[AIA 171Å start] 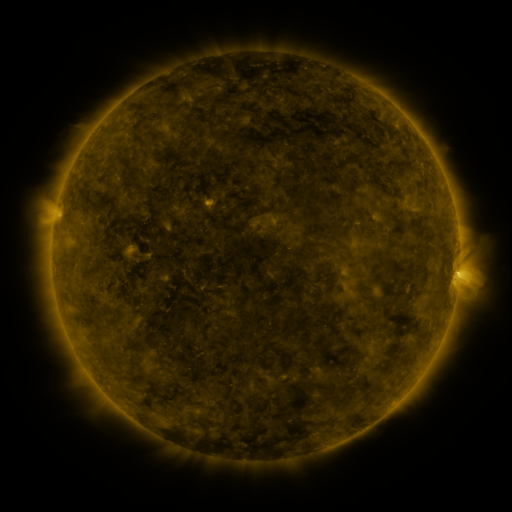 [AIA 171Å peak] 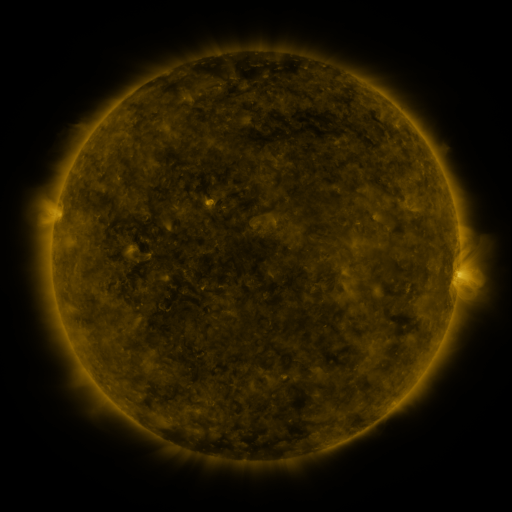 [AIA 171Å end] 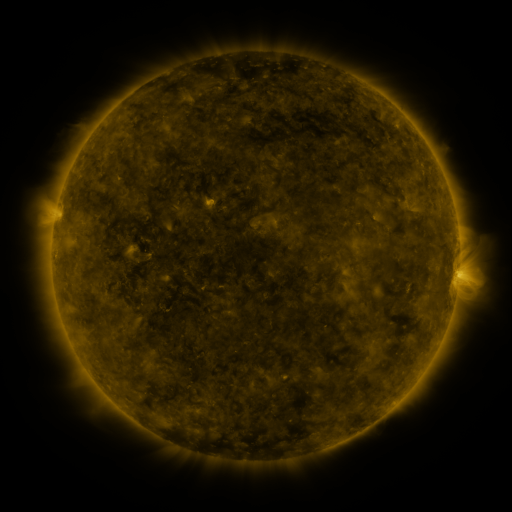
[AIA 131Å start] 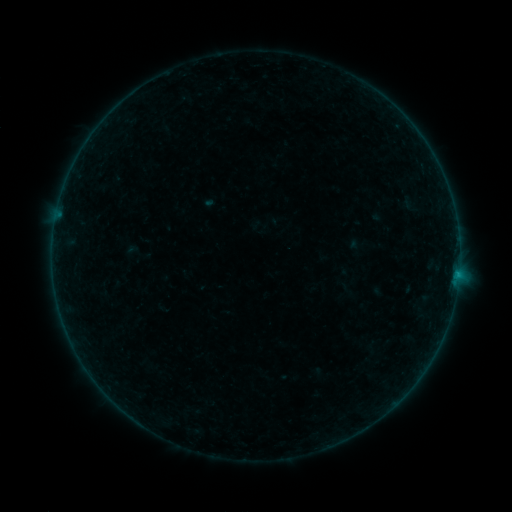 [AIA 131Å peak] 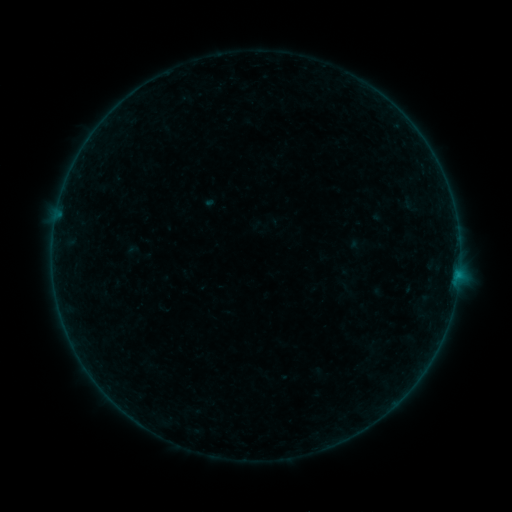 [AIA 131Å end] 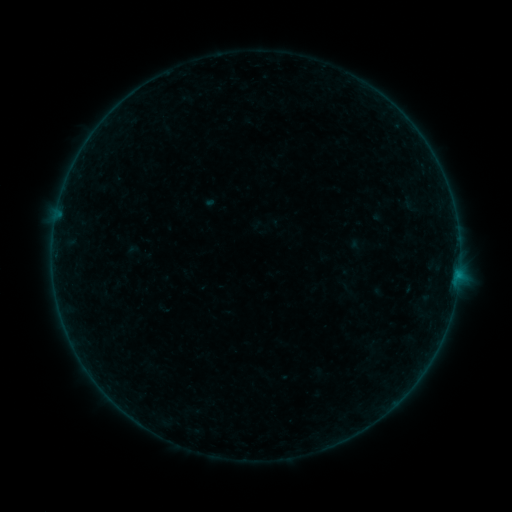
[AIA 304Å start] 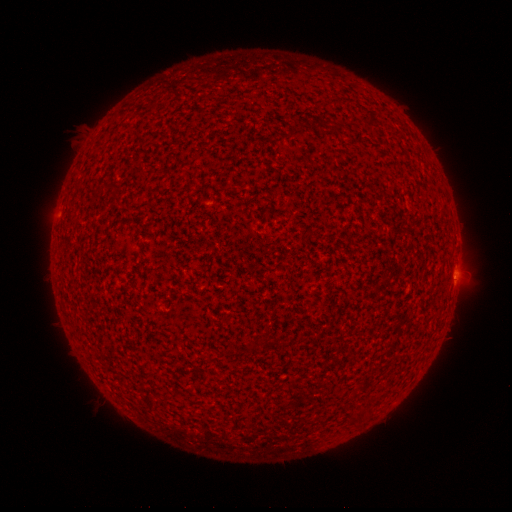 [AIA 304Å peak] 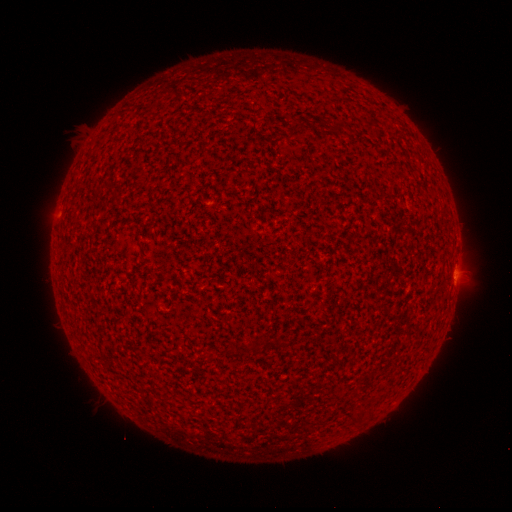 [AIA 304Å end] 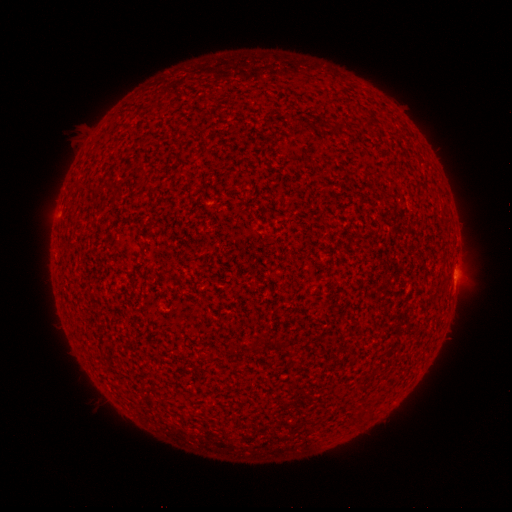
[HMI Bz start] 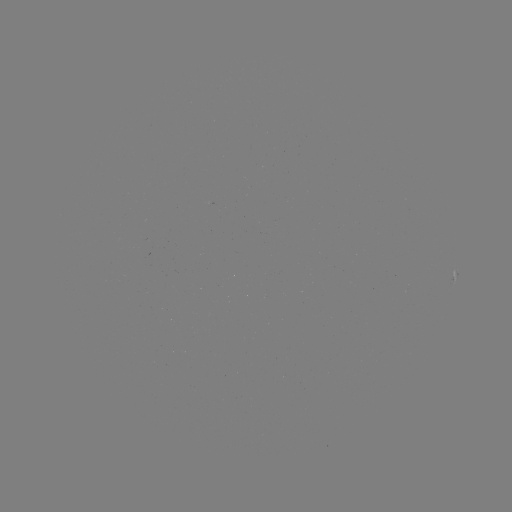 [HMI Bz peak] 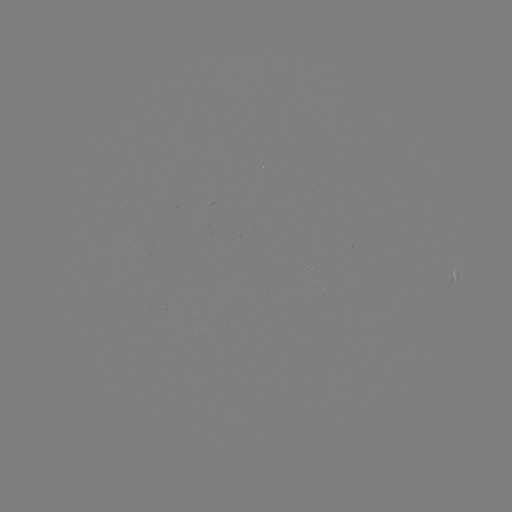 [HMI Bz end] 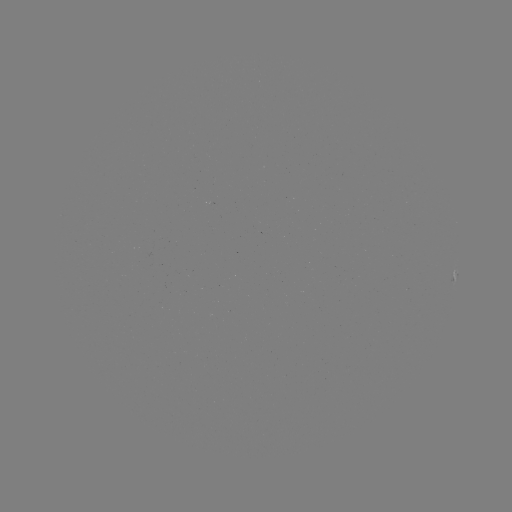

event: flare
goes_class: A7.0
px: (456, 277)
